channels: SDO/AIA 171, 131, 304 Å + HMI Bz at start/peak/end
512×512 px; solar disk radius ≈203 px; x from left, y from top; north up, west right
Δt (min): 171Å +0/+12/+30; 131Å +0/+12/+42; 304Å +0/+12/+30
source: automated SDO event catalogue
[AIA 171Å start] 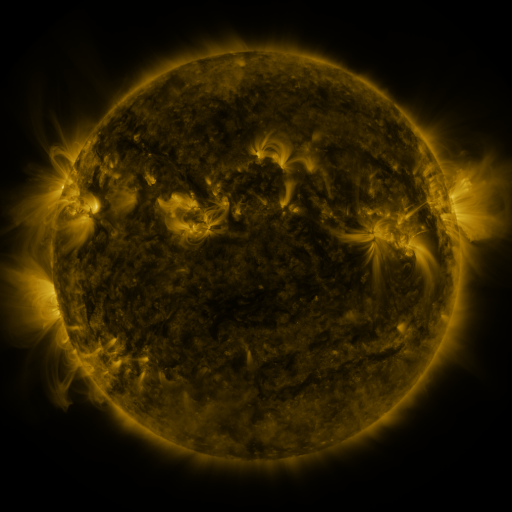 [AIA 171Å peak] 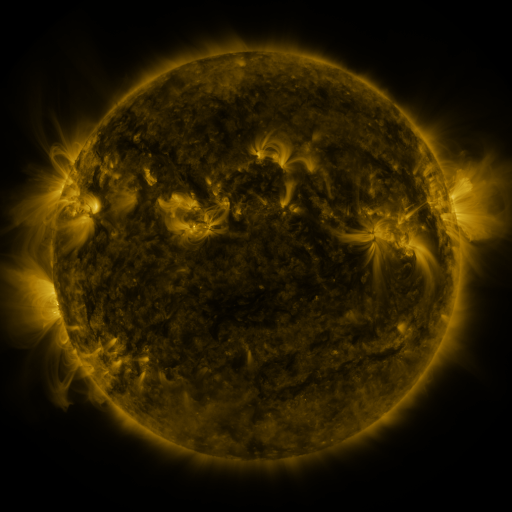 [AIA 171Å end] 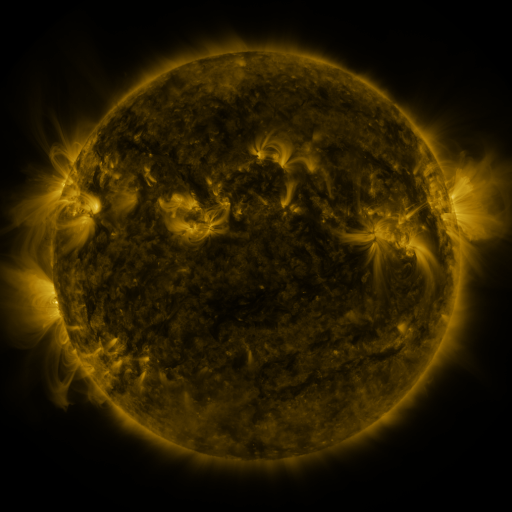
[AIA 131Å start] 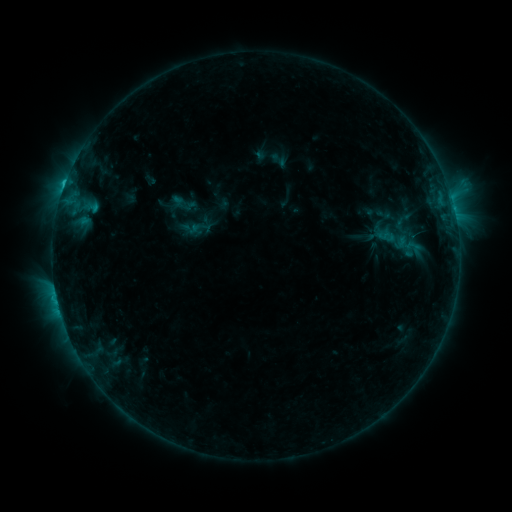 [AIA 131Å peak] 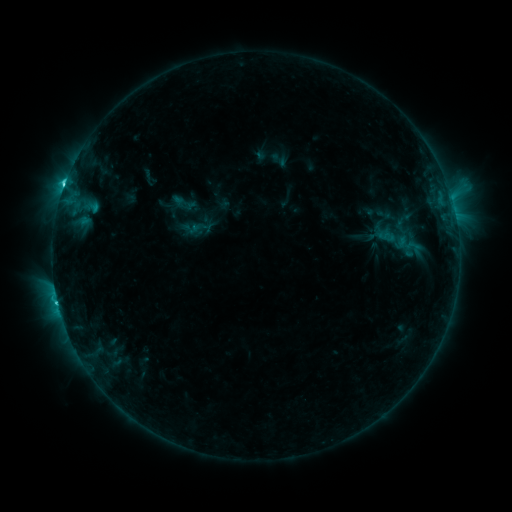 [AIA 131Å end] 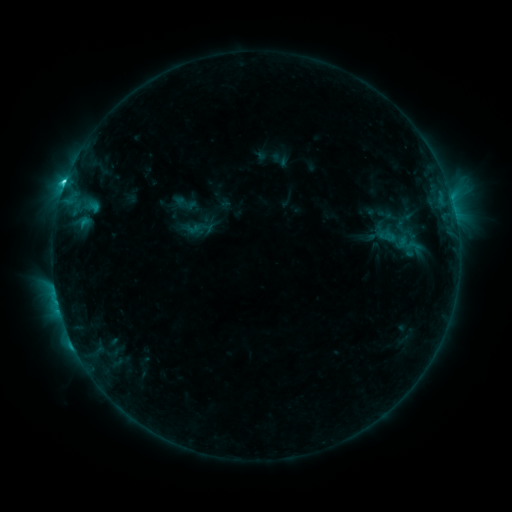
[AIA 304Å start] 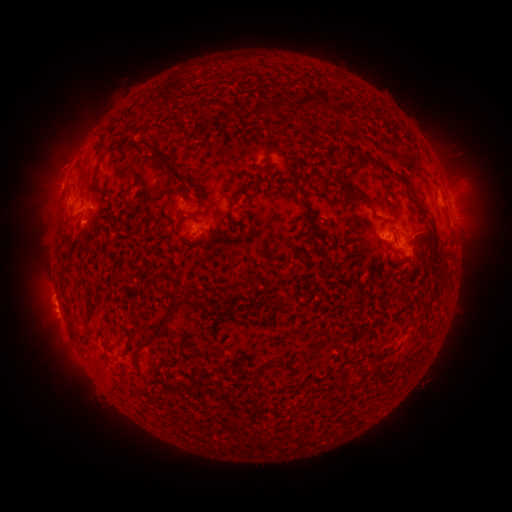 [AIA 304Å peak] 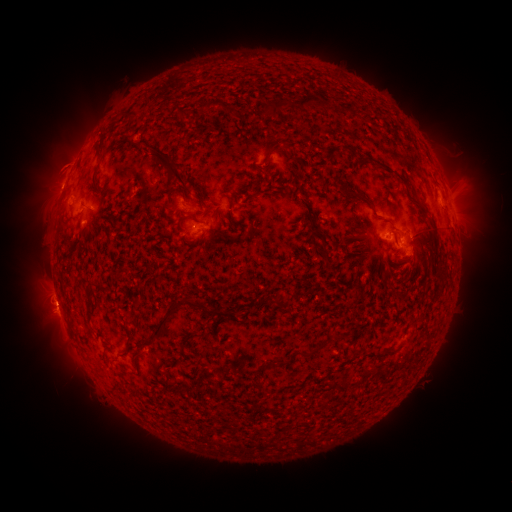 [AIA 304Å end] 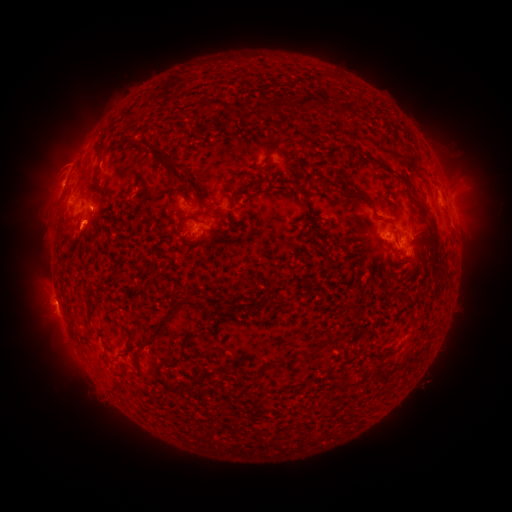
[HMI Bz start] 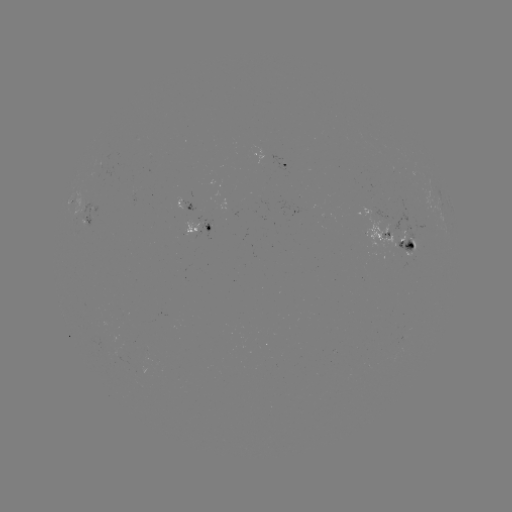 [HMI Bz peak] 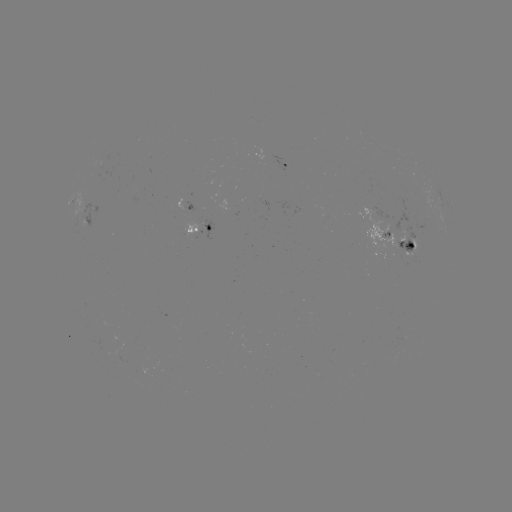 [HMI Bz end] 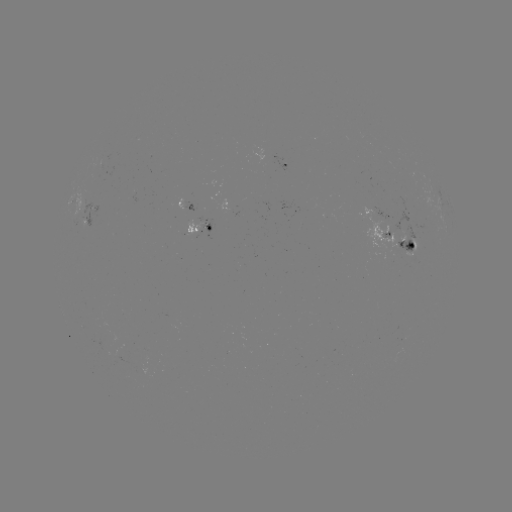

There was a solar flare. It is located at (65, 187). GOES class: M1.1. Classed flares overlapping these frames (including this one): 1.